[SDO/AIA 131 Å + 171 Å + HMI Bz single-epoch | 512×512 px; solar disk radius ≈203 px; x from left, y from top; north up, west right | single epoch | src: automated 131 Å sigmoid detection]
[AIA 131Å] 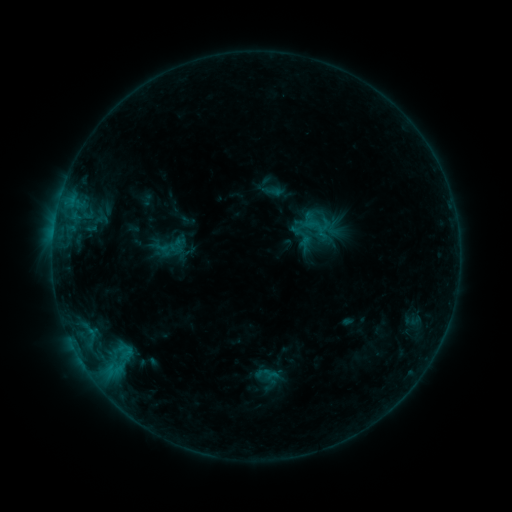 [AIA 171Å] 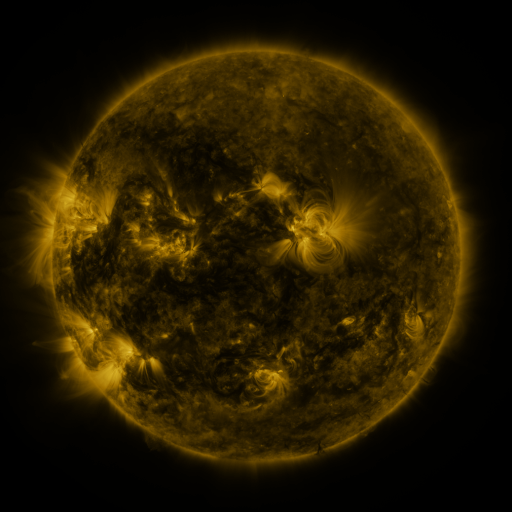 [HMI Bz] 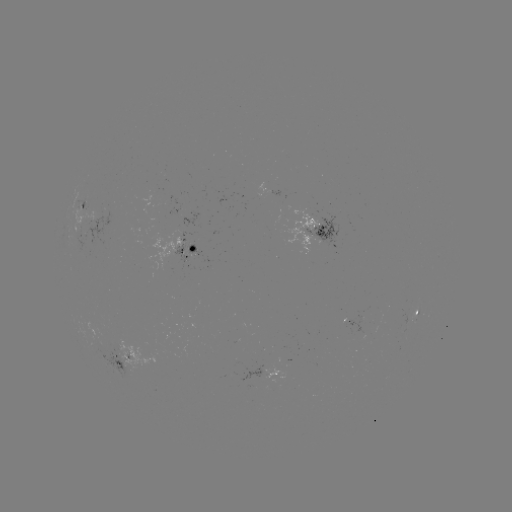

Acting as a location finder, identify sigmoid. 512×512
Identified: (317, 240).